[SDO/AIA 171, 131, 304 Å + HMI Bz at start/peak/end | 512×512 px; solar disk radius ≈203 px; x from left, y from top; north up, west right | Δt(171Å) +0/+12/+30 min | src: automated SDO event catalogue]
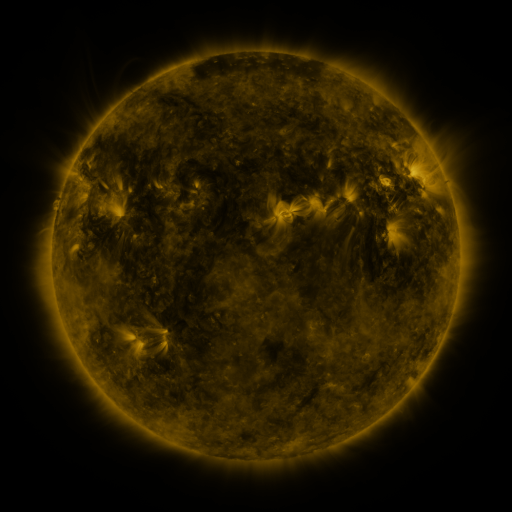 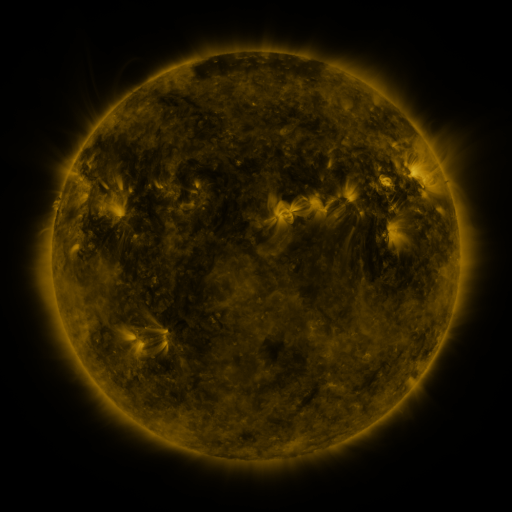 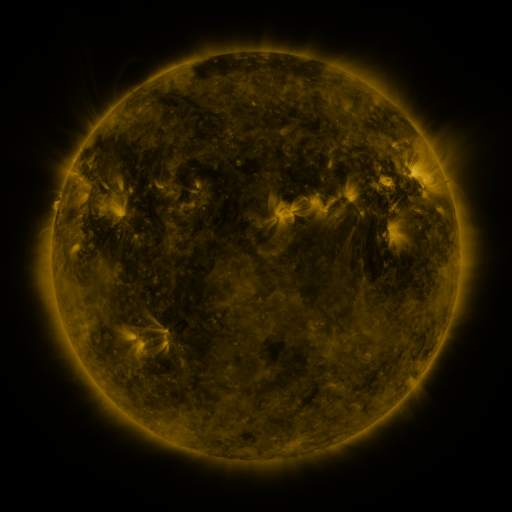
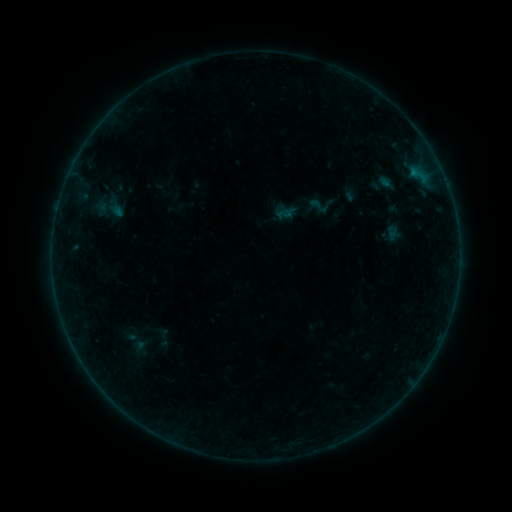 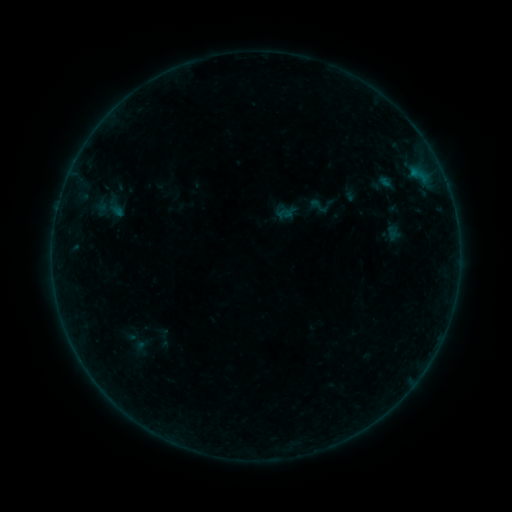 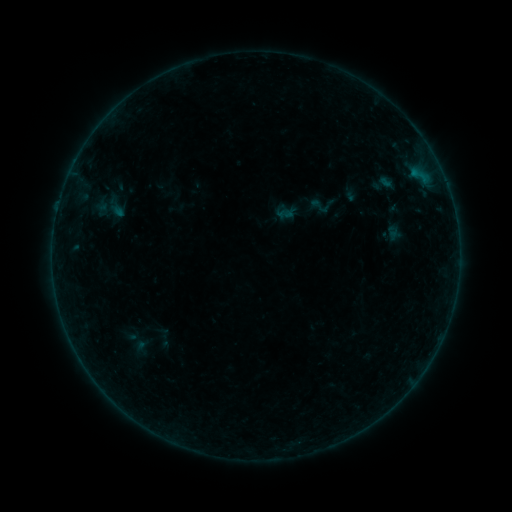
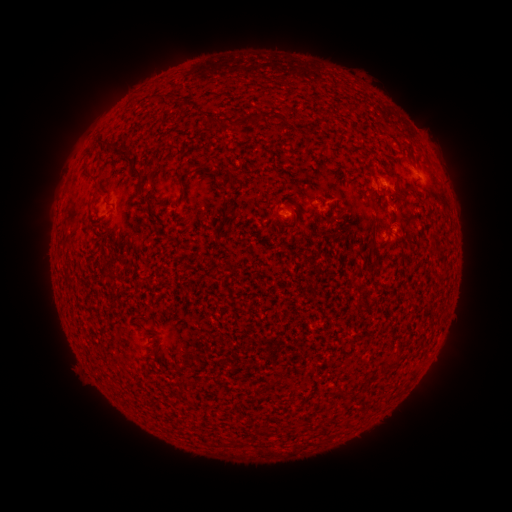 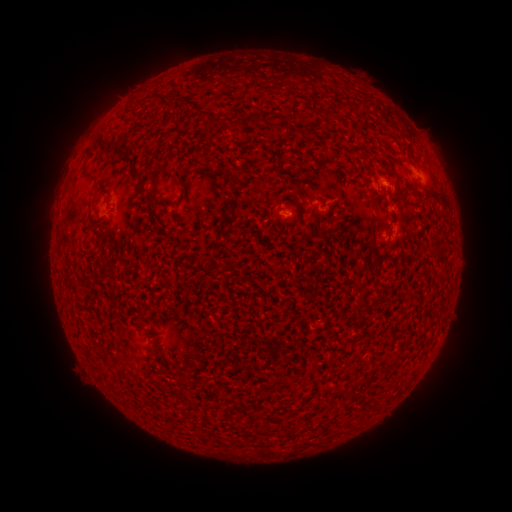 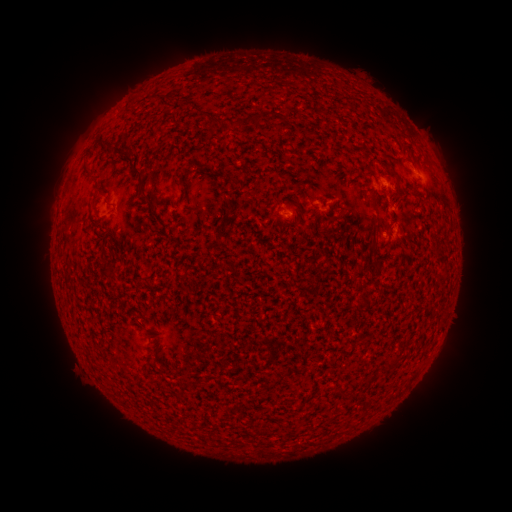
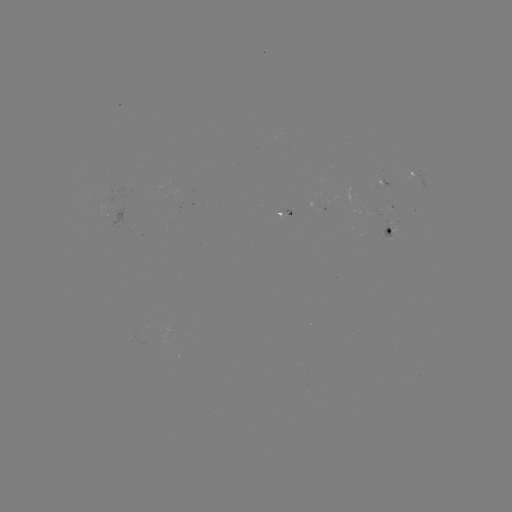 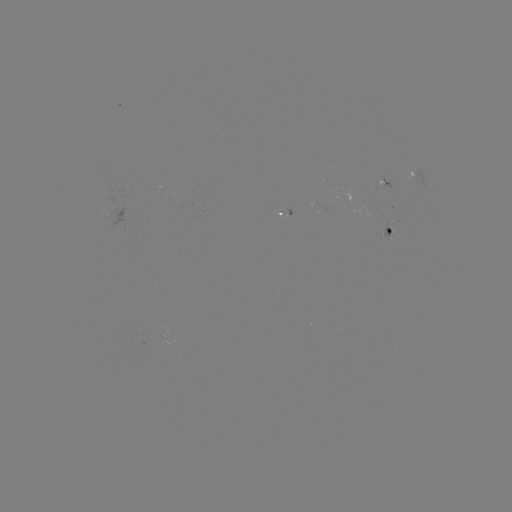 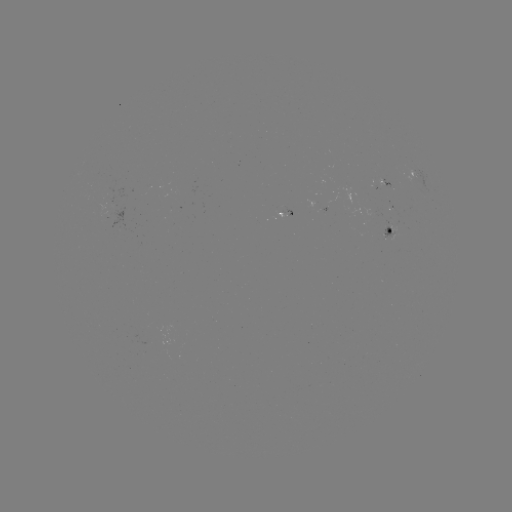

no flare in any classed list; no EUV-trigger detection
